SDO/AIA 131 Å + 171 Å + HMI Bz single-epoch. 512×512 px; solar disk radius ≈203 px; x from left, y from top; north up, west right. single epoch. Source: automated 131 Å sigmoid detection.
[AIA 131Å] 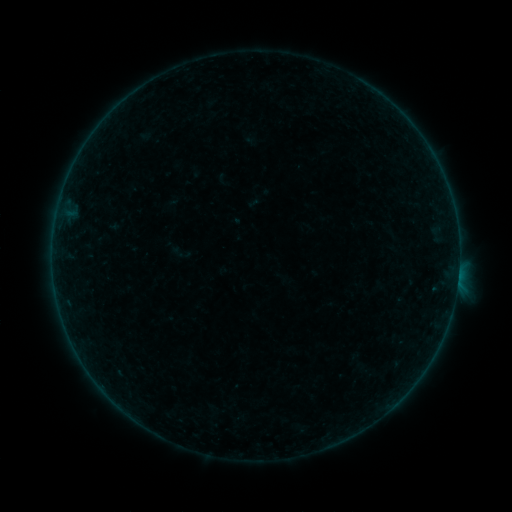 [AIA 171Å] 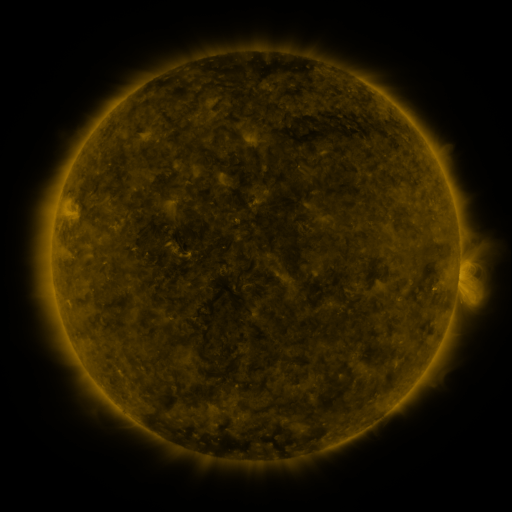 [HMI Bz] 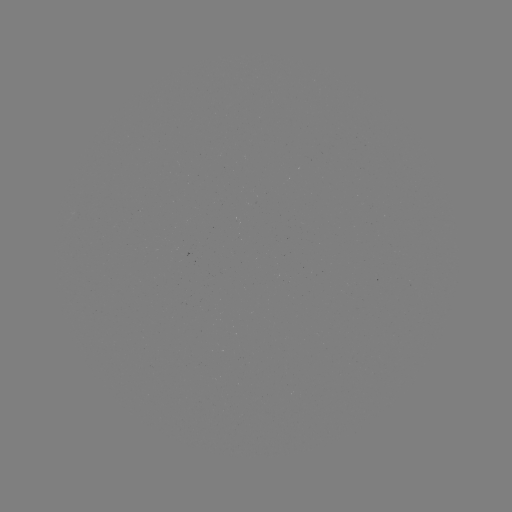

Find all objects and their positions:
sigmoid: (181, 253)
